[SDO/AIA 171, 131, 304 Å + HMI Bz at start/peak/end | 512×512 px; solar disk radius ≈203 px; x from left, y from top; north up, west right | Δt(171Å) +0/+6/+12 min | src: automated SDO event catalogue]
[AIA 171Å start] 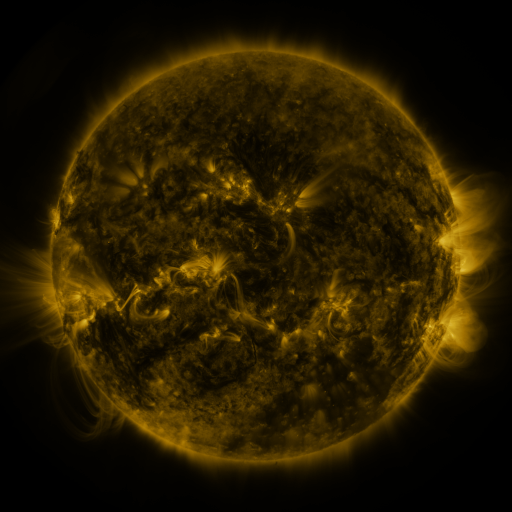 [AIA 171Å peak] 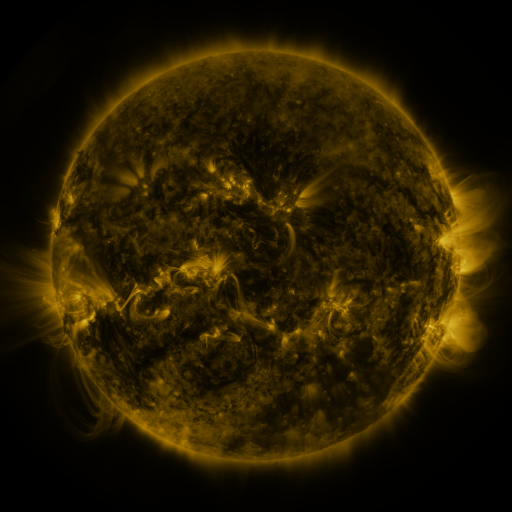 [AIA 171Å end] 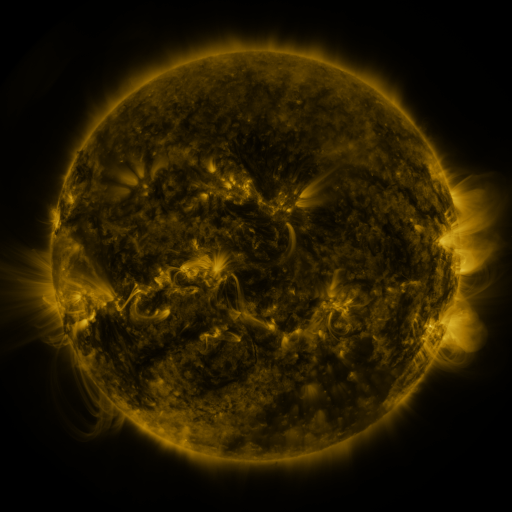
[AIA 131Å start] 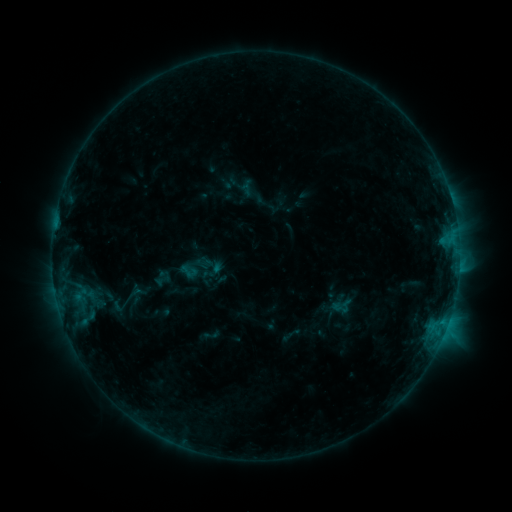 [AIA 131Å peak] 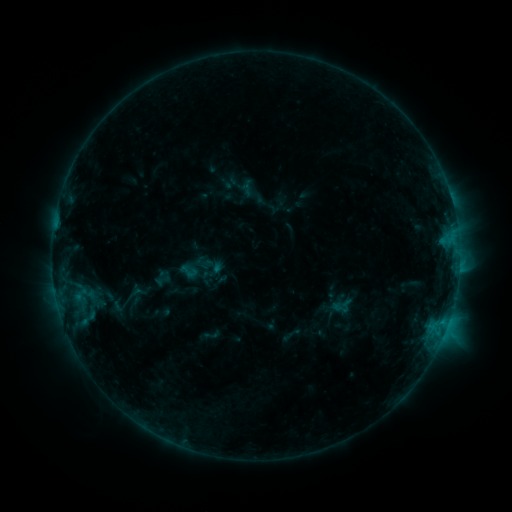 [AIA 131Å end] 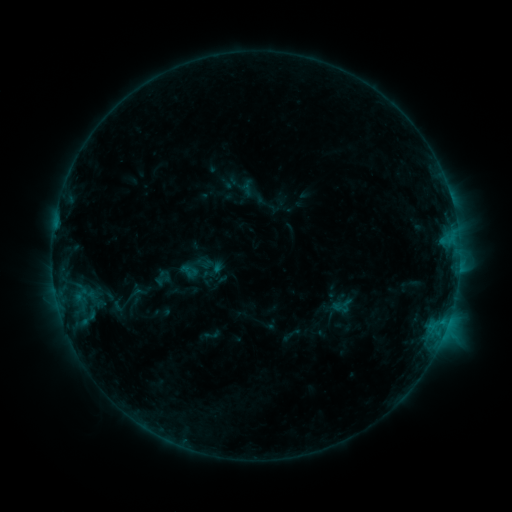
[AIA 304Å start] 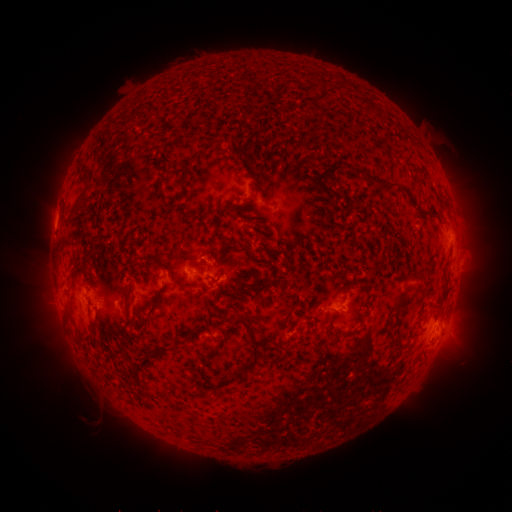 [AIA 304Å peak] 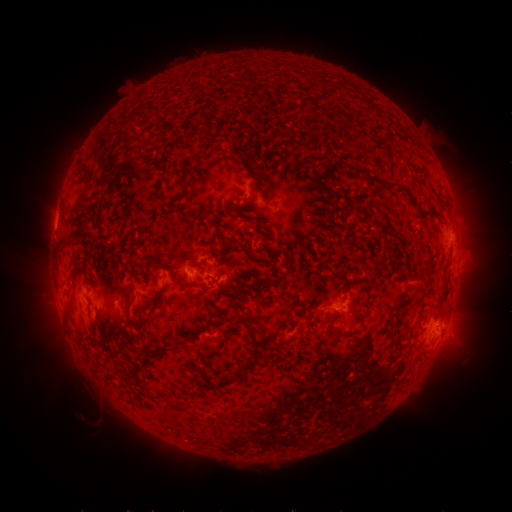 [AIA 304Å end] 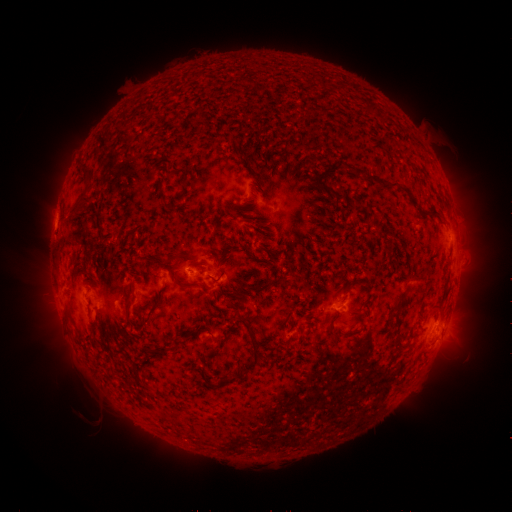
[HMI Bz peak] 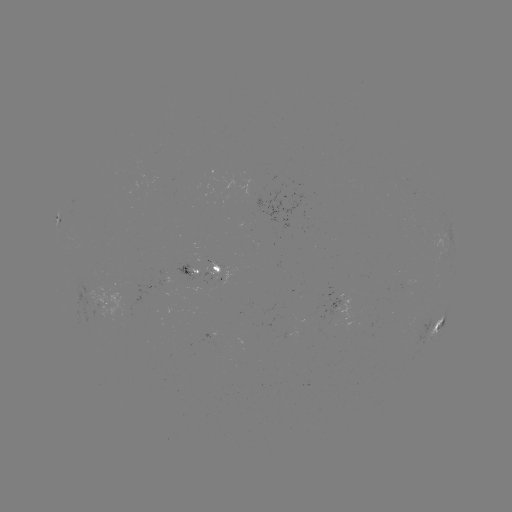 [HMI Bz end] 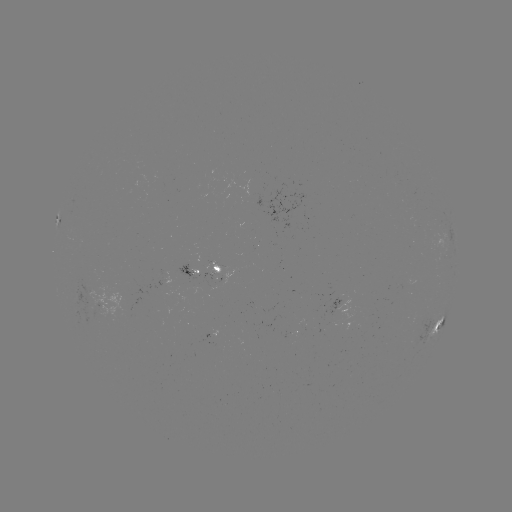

no catalogued flare and no flagged EUV brightening in this window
